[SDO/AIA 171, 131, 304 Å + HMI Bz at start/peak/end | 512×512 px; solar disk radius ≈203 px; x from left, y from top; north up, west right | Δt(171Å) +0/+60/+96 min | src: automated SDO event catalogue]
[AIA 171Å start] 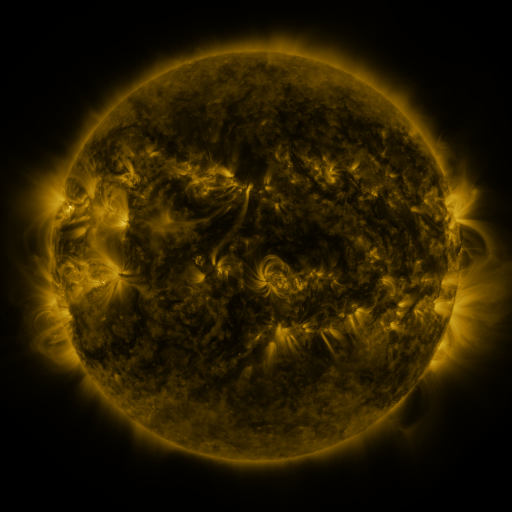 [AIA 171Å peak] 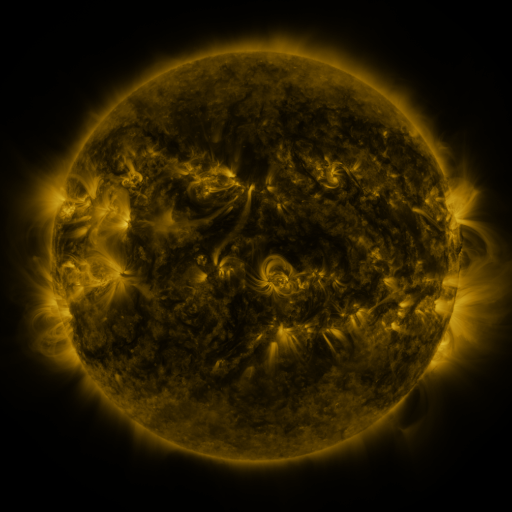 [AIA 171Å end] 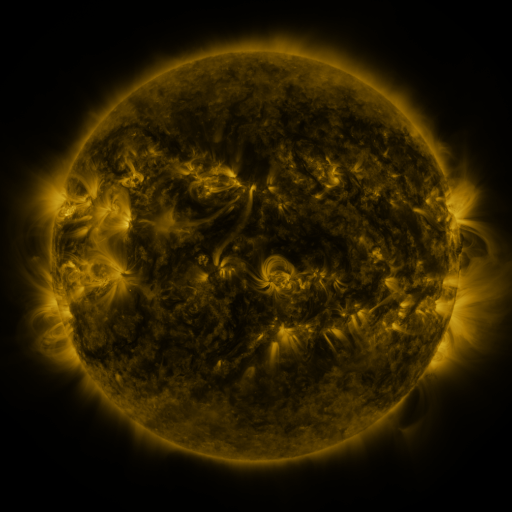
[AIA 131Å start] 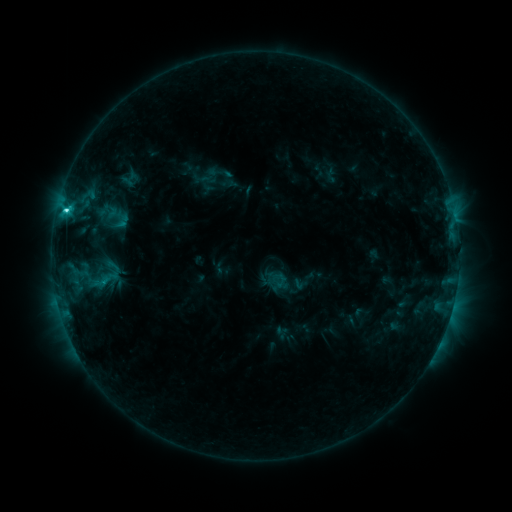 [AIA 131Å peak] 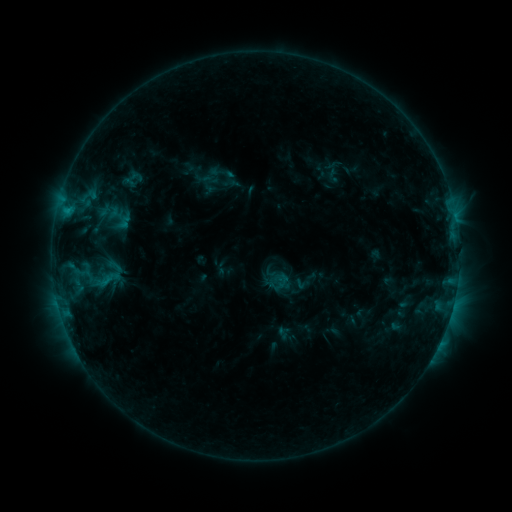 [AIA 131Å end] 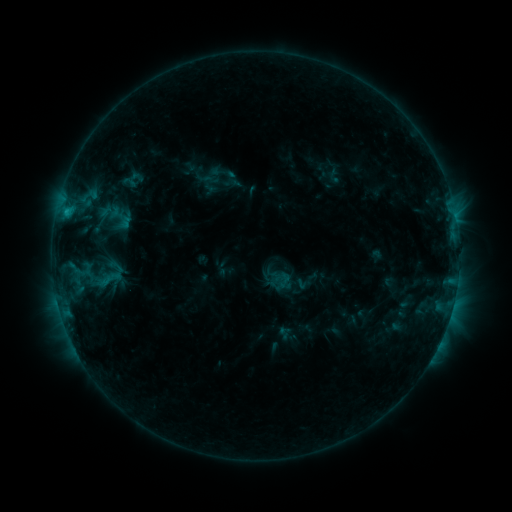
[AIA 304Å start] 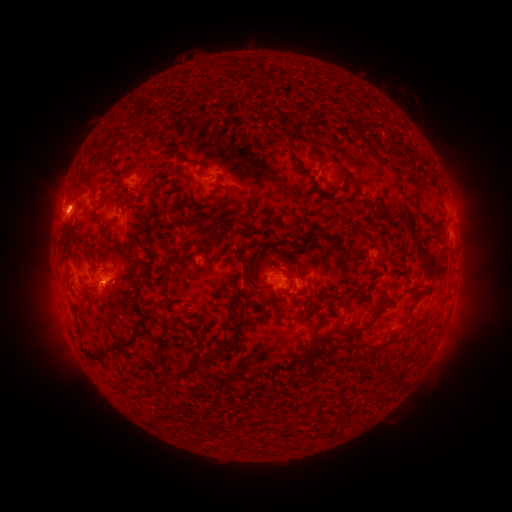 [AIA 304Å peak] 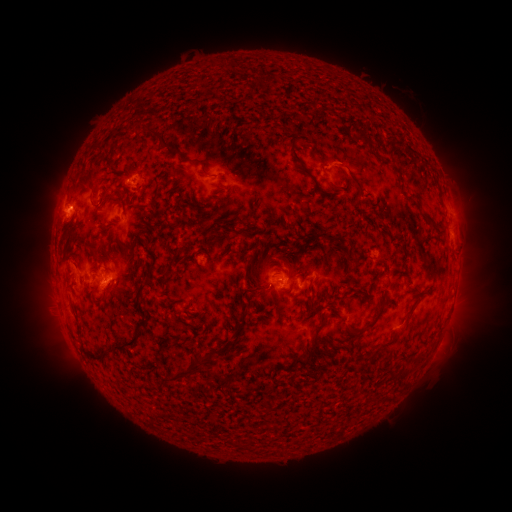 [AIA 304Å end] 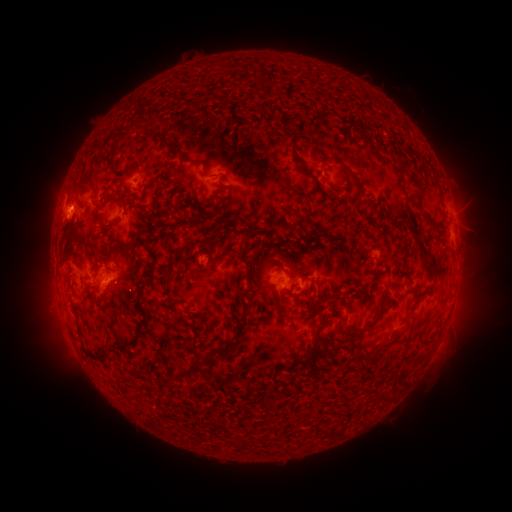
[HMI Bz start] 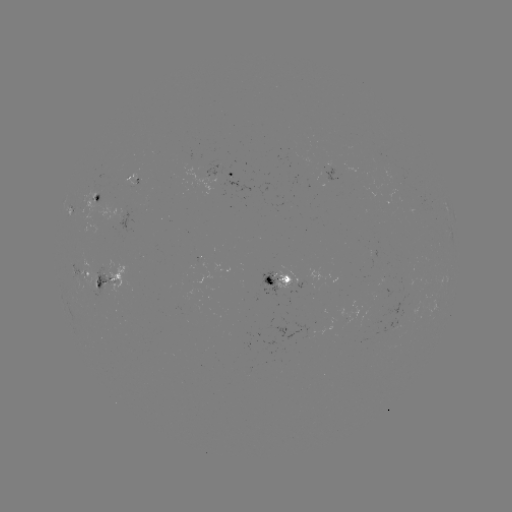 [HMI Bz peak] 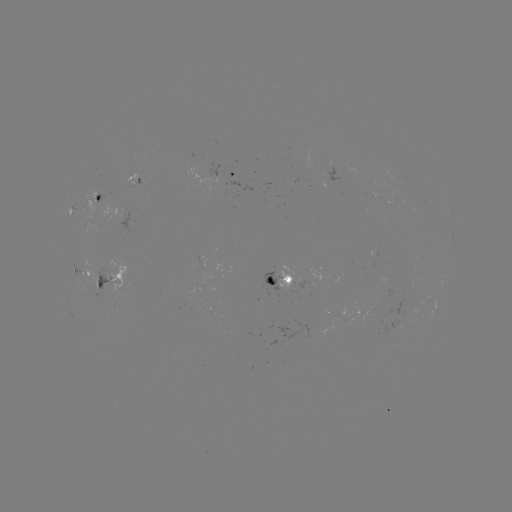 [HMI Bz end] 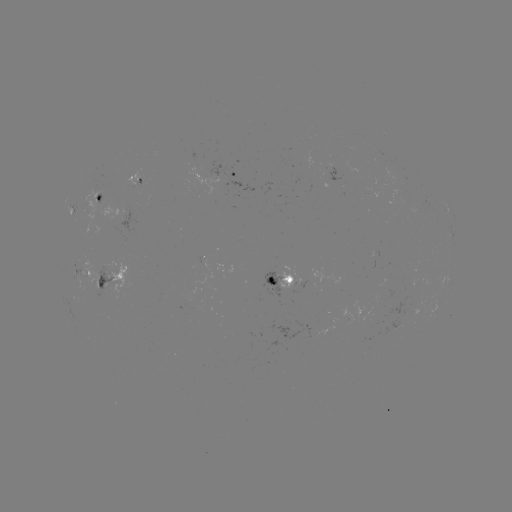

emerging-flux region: (200, 156, 202, 166)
